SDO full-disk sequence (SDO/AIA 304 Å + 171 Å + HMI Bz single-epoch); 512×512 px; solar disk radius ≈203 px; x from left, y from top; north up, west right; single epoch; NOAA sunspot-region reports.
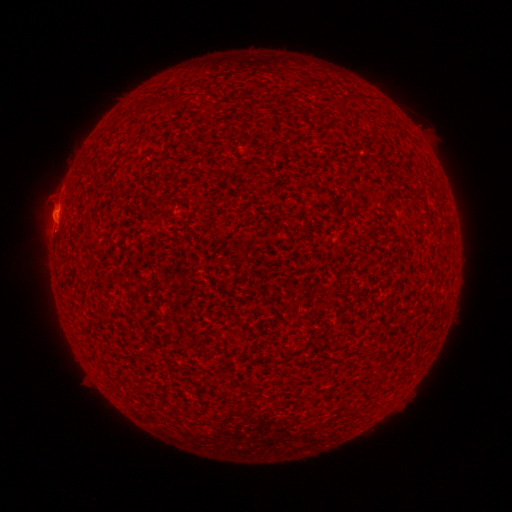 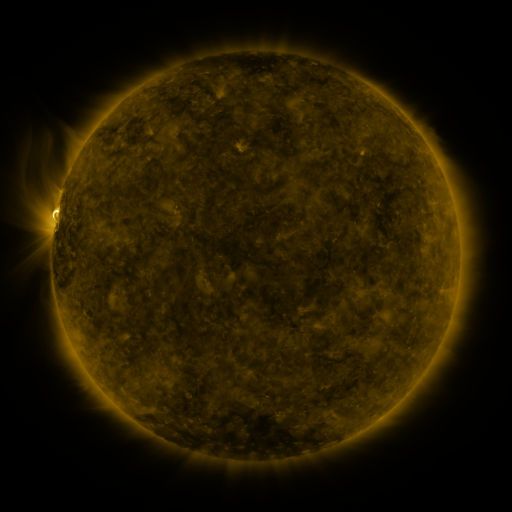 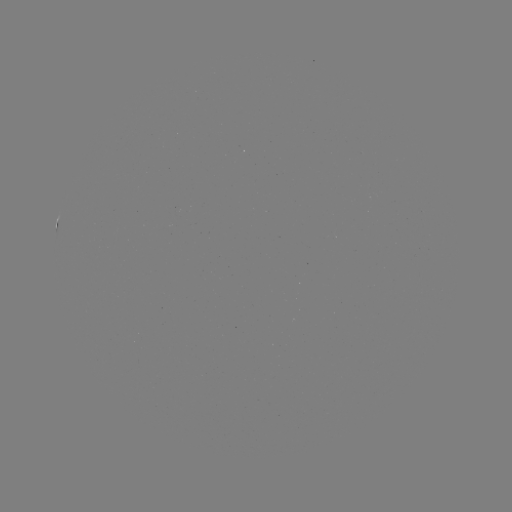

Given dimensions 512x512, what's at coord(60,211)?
spotted active region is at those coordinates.